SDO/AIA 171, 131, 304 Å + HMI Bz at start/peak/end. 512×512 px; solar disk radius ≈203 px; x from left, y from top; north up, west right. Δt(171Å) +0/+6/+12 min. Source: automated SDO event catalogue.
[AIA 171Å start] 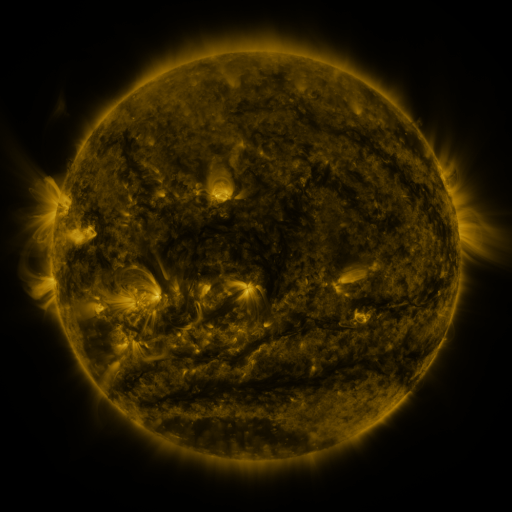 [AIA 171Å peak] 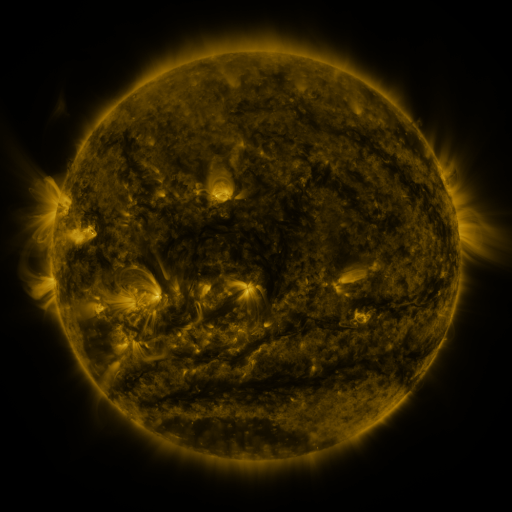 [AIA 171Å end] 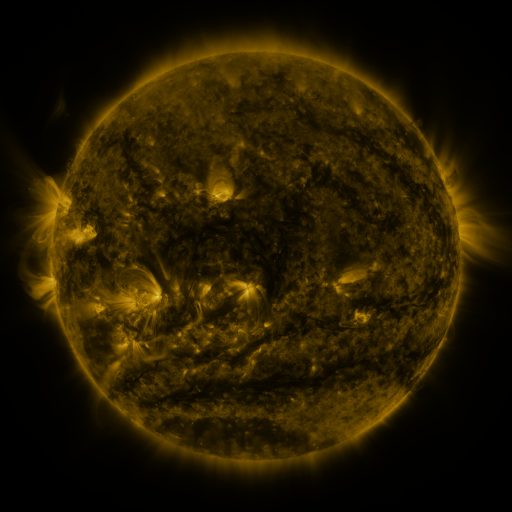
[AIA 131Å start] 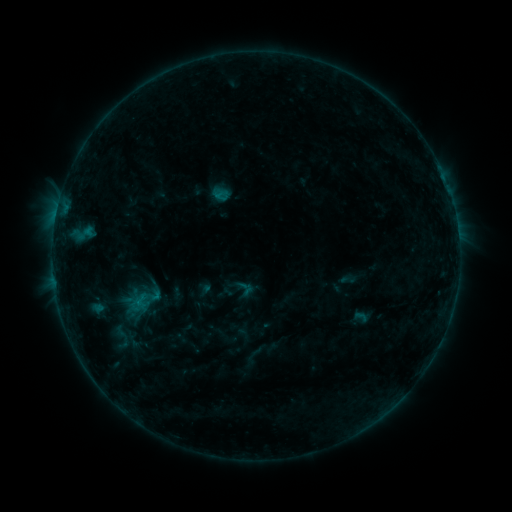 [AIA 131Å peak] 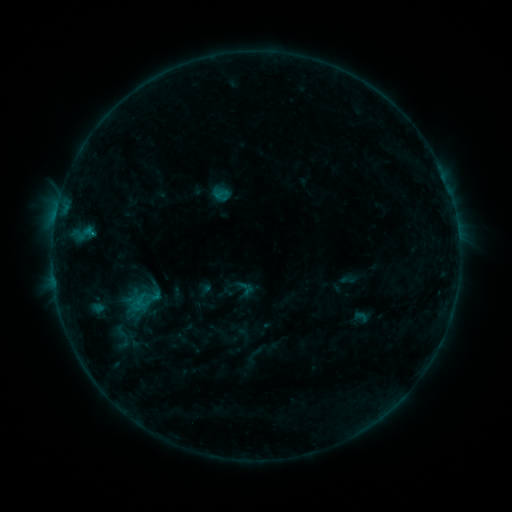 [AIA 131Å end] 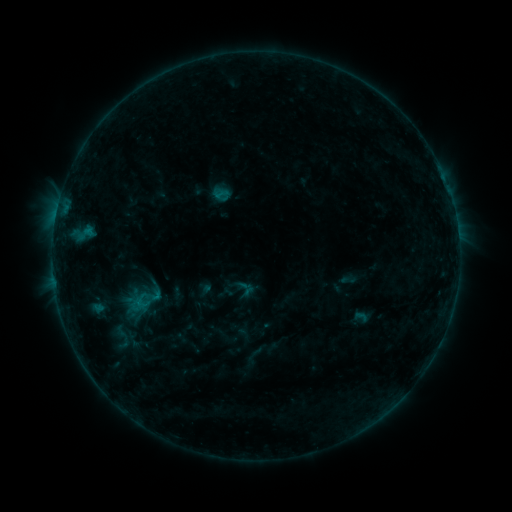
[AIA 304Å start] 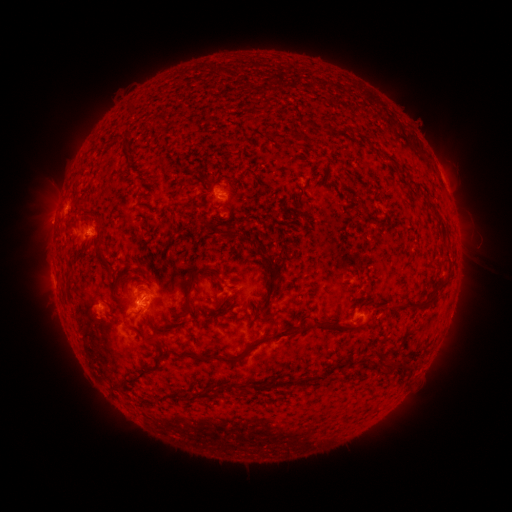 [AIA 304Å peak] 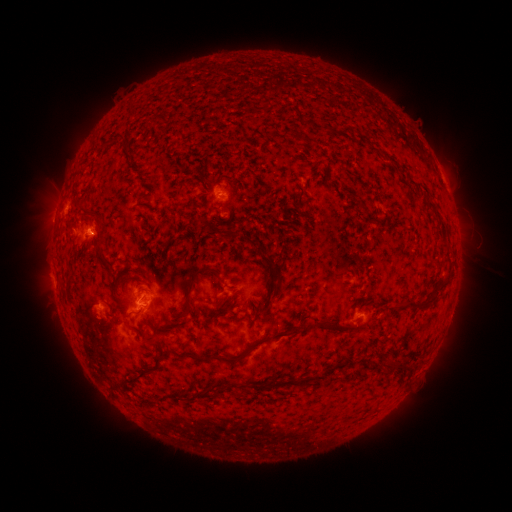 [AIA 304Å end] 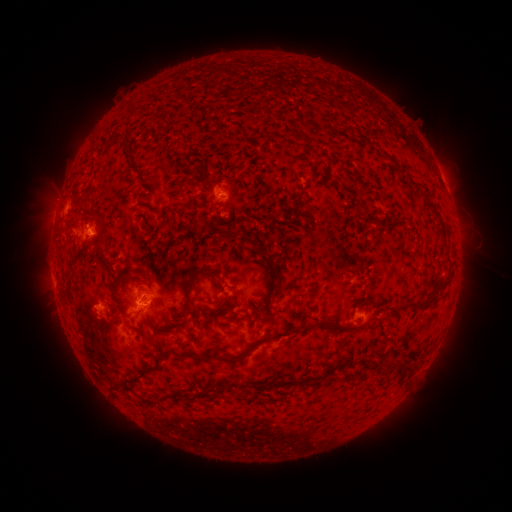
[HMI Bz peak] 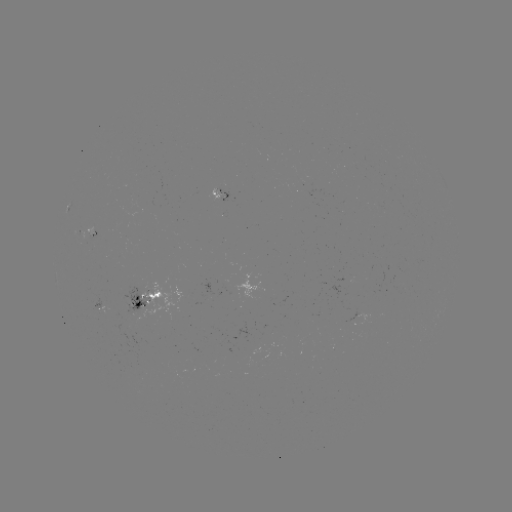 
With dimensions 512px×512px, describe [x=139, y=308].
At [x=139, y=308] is B8.0 flare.